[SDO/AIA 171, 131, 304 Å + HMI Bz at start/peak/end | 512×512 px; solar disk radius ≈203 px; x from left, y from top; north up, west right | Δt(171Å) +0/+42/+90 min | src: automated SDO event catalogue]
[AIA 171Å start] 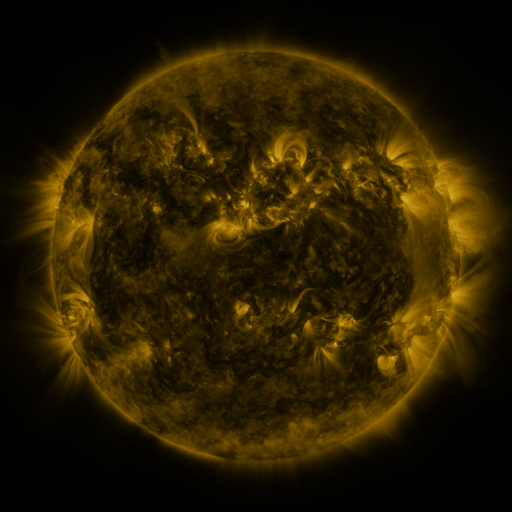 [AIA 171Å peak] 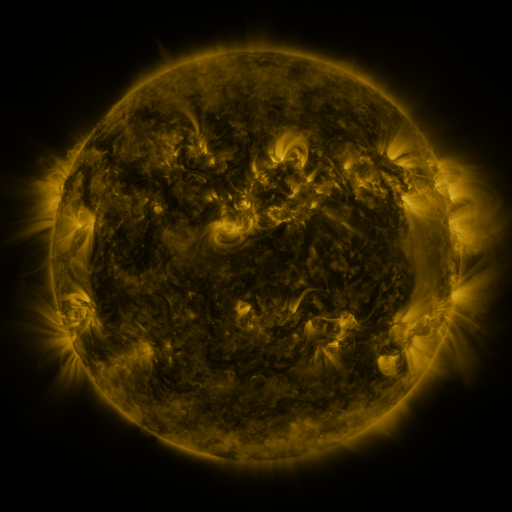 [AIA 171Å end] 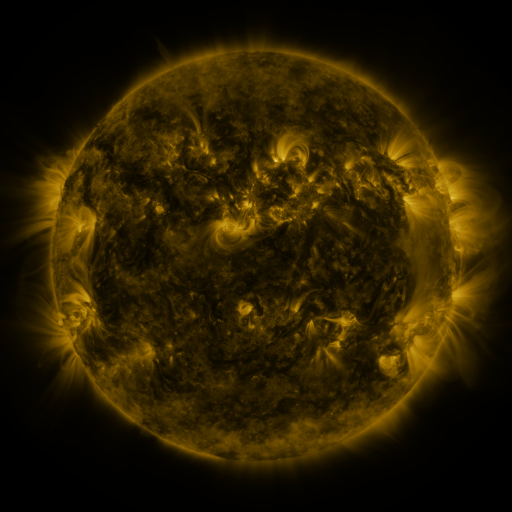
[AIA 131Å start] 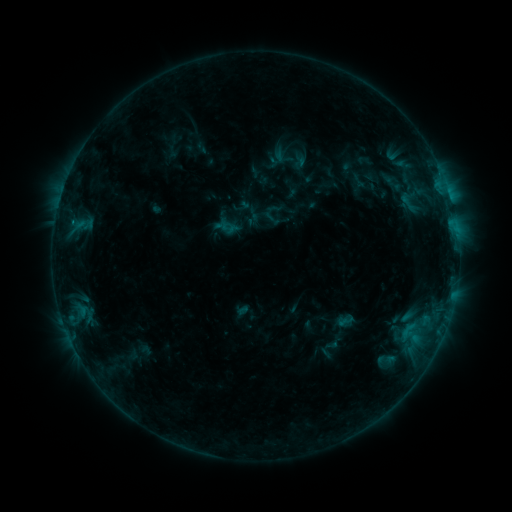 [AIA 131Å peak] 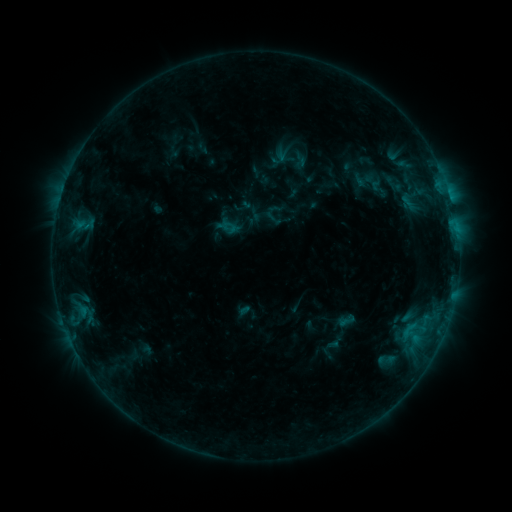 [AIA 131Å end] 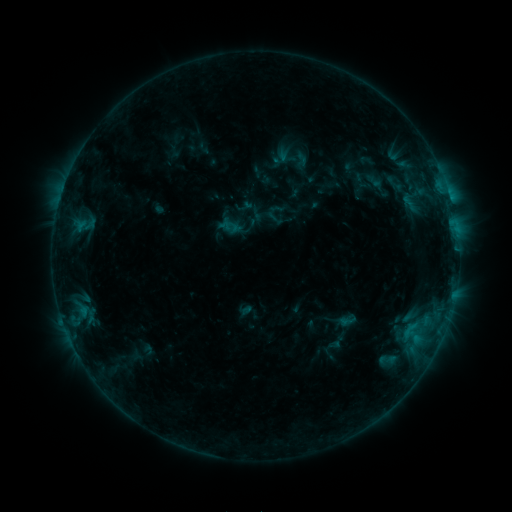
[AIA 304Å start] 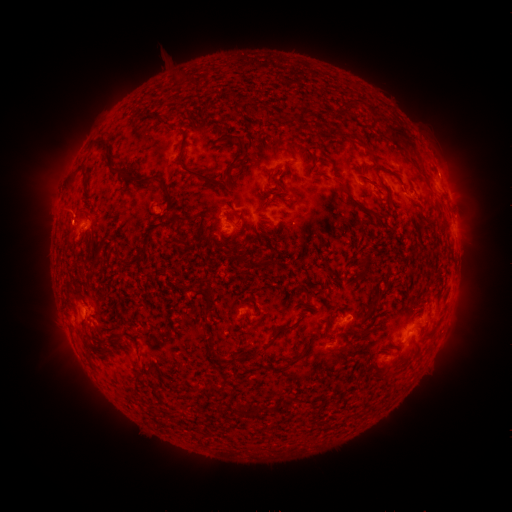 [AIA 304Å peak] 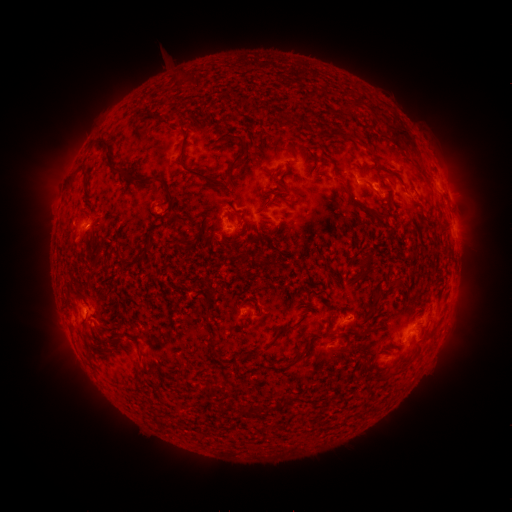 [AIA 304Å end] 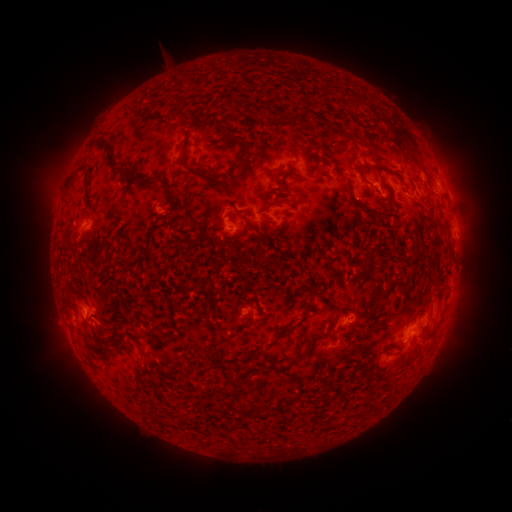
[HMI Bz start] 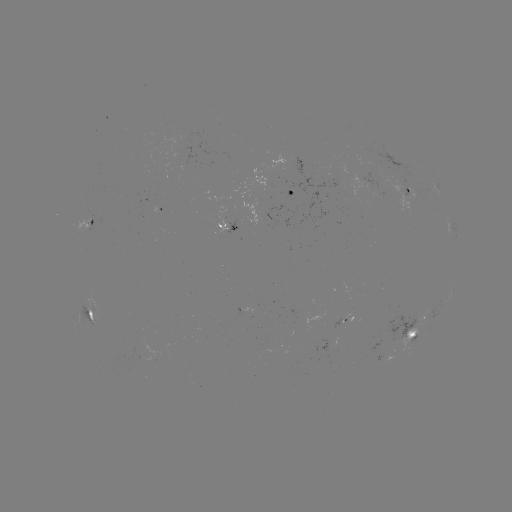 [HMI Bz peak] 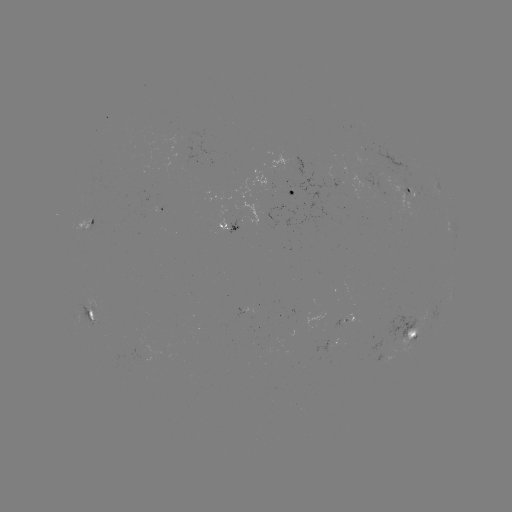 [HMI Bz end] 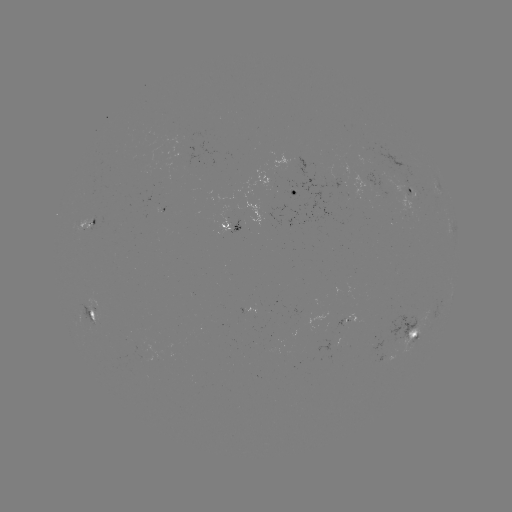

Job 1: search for B7.8 flare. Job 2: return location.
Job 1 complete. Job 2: [86, 227].